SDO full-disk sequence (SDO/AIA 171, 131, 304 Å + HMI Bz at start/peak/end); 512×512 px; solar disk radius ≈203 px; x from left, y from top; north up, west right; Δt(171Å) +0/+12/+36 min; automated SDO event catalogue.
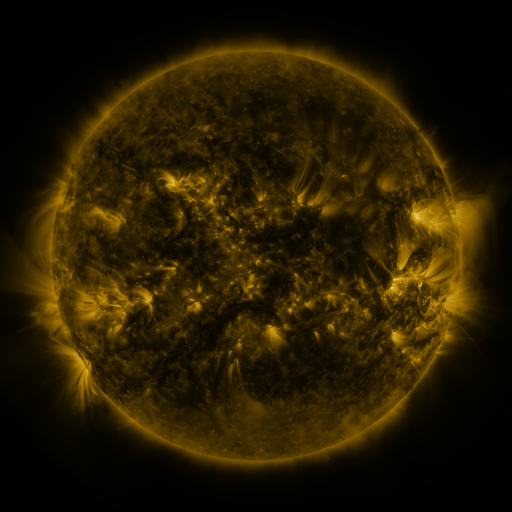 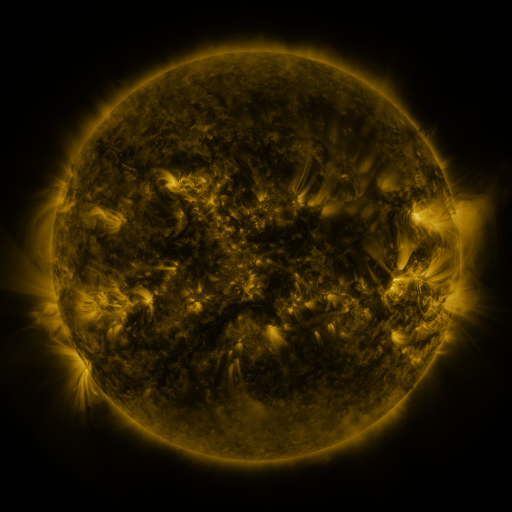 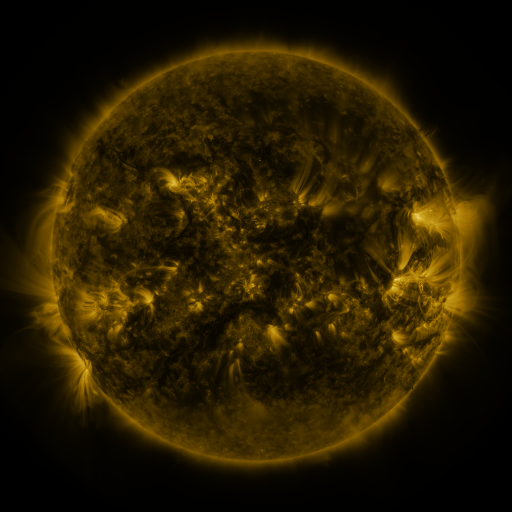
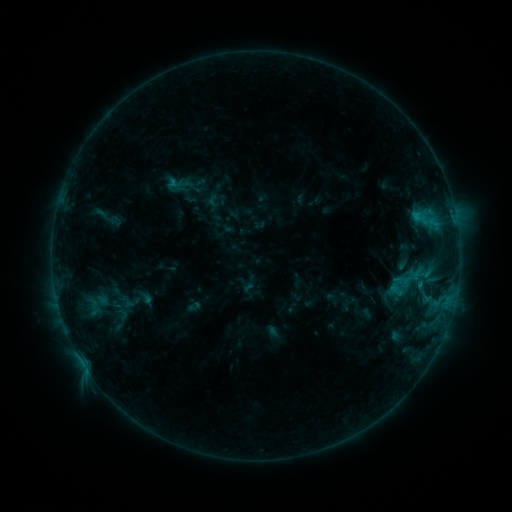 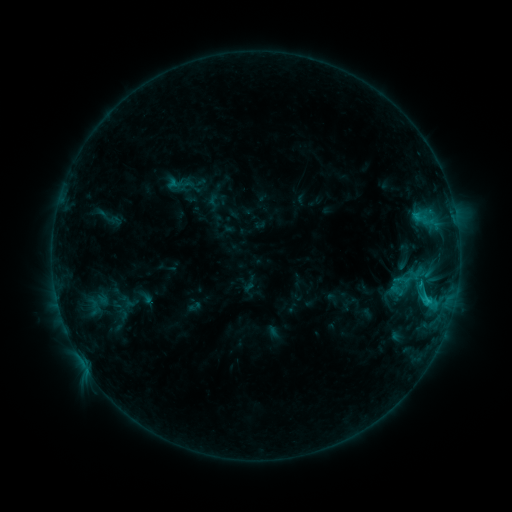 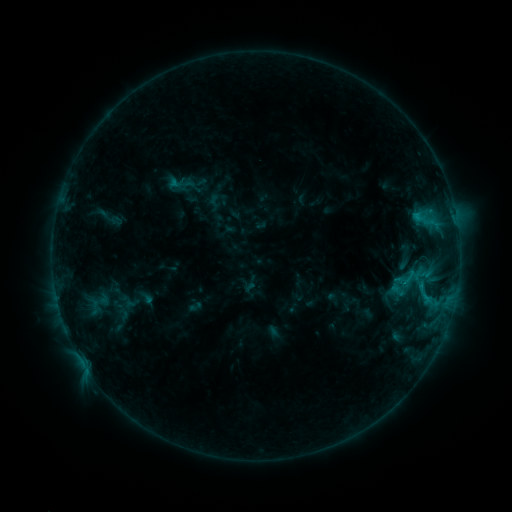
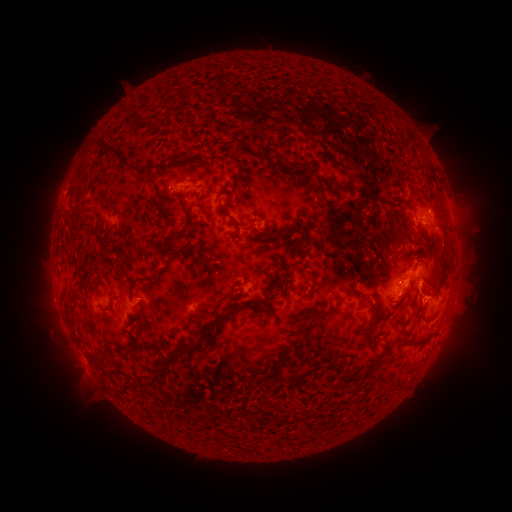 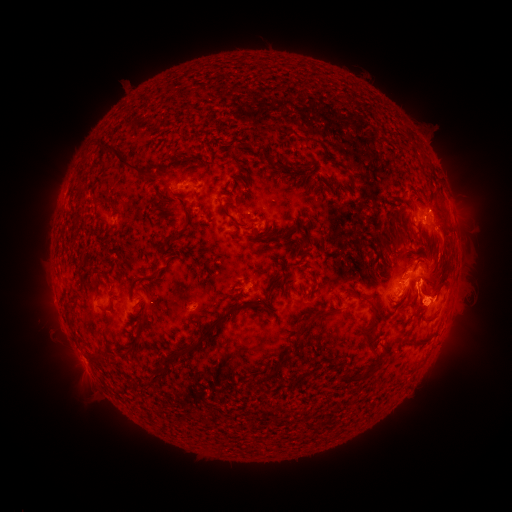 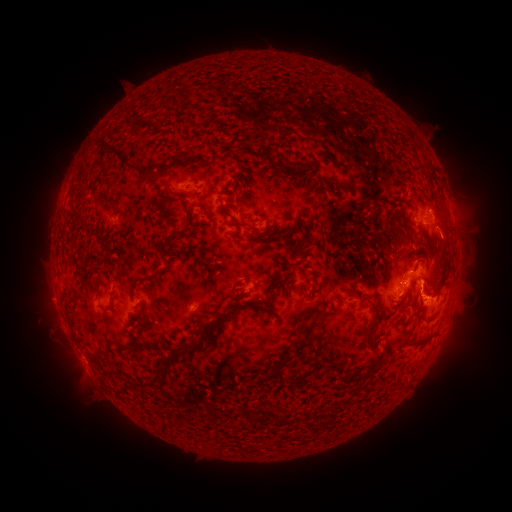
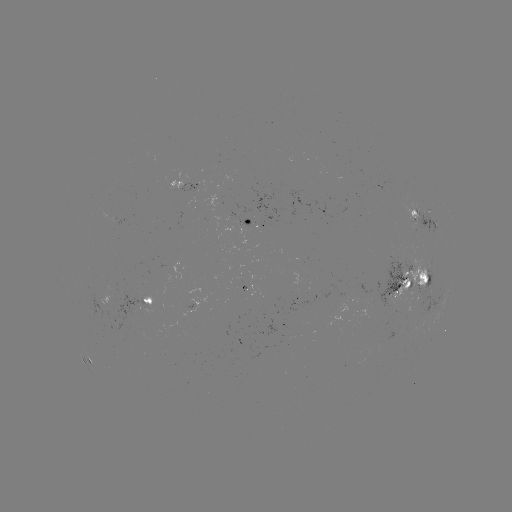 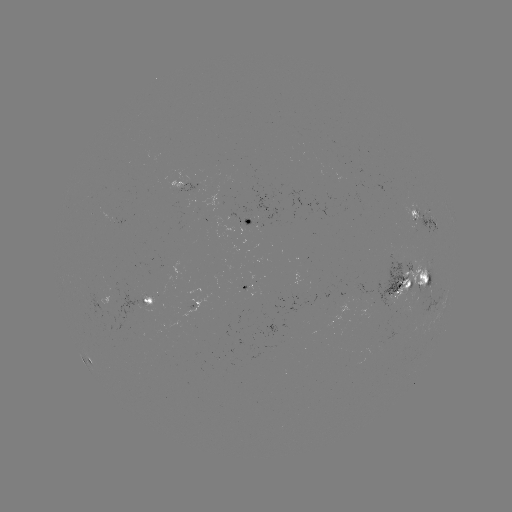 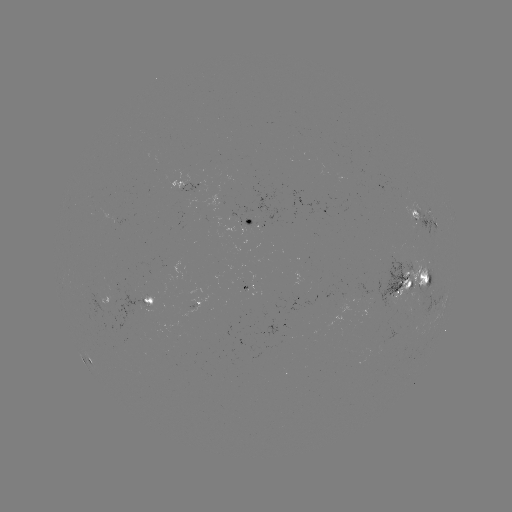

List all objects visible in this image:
C1.6 flare: (428, 301)
